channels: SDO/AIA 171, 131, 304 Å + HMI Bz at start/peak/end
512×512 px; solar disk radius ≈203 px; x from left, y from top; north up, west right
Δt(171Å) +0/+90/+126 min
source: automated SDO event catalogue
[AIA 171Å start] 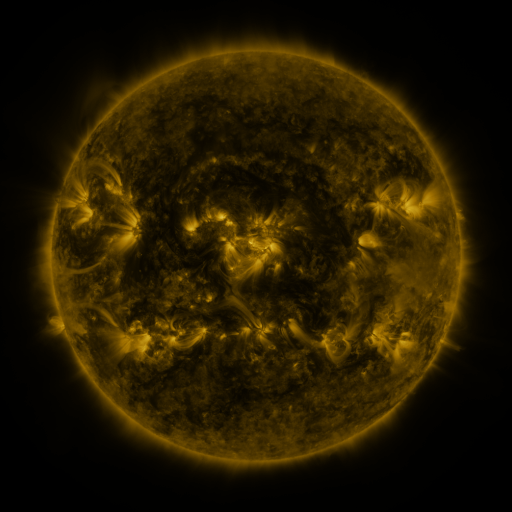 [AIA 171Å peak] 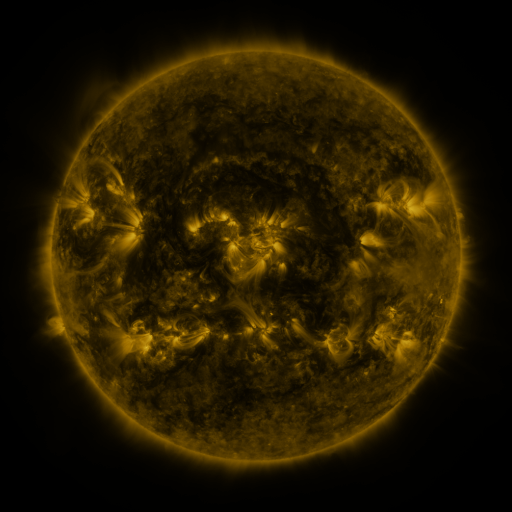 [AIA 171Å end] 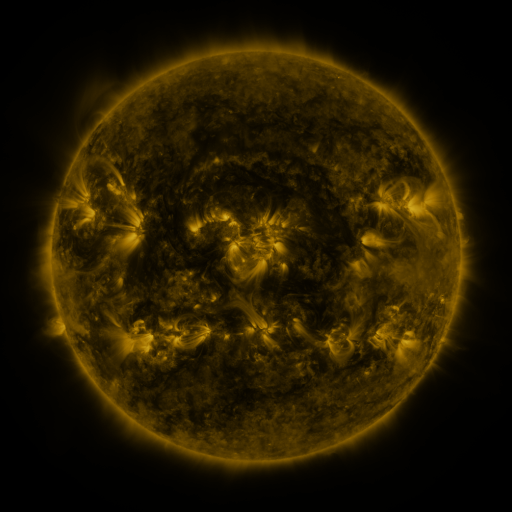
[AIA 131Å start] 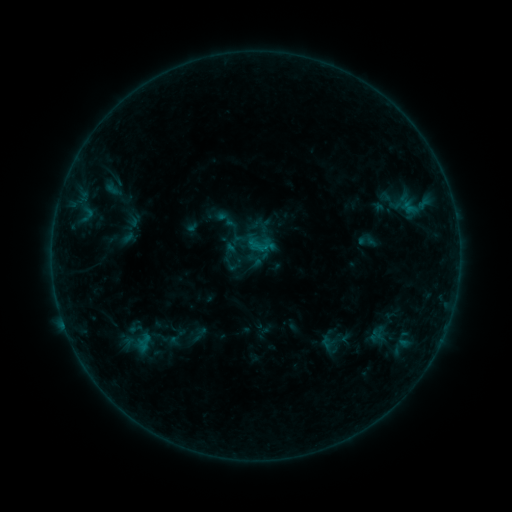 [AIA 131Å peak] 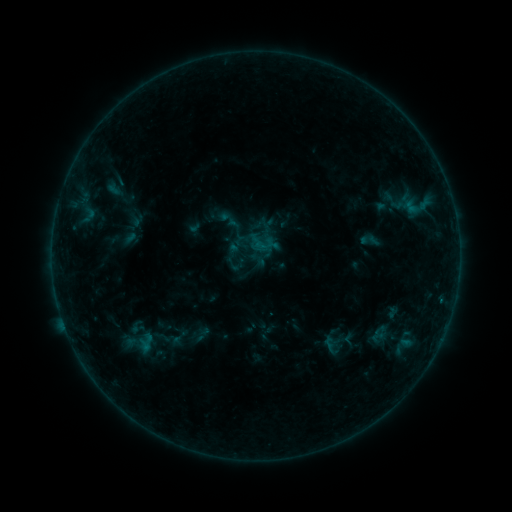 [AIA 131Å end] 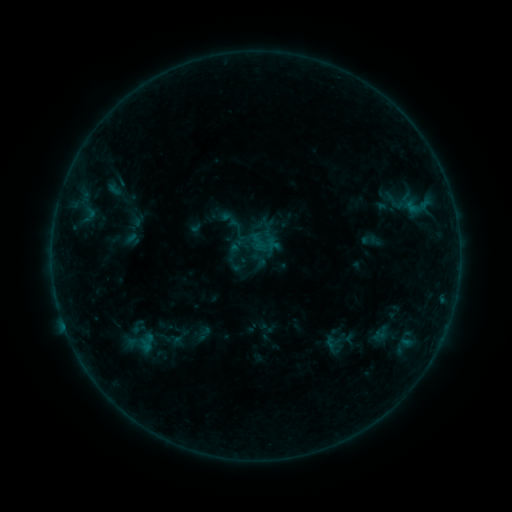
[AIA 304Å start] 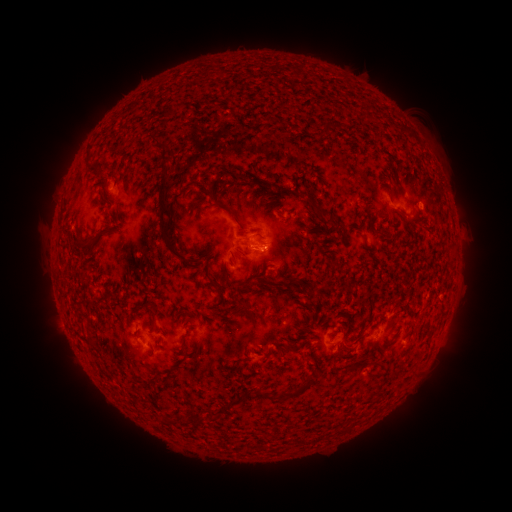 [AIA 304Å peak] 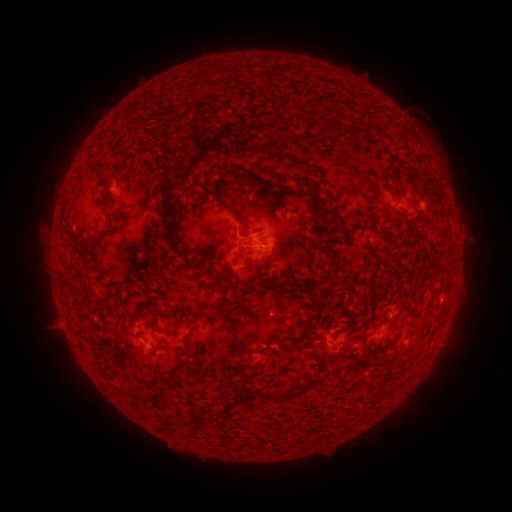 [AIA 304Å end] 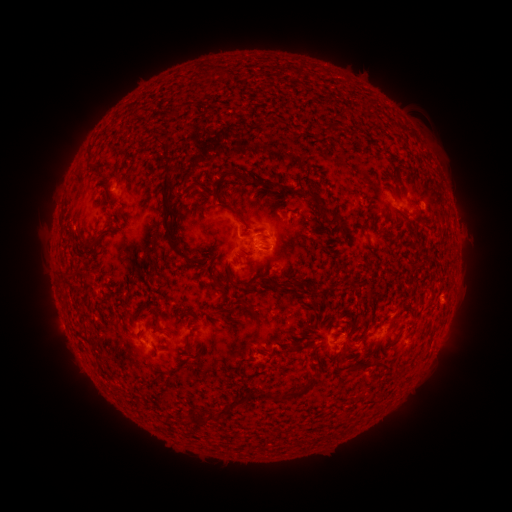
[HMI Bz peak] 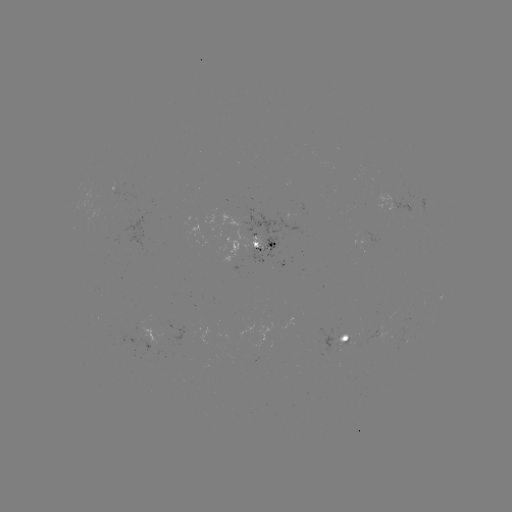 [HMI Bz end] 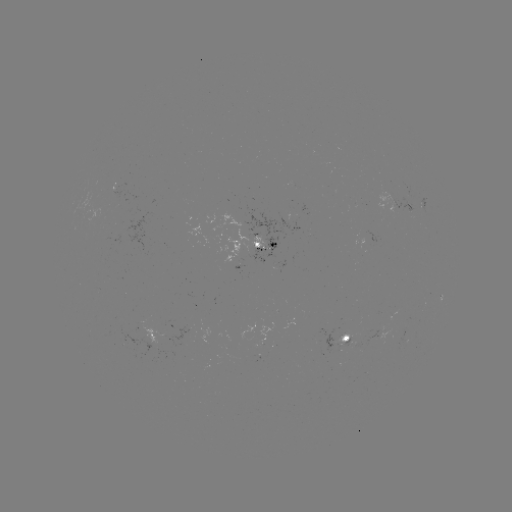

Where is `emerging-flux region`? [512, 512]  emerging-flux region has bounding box [332, 333, 348, 347].